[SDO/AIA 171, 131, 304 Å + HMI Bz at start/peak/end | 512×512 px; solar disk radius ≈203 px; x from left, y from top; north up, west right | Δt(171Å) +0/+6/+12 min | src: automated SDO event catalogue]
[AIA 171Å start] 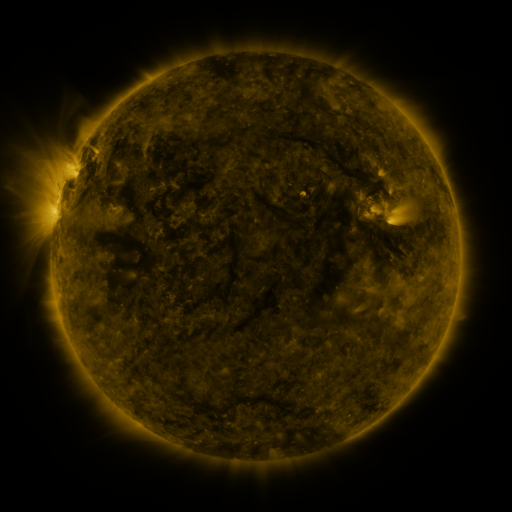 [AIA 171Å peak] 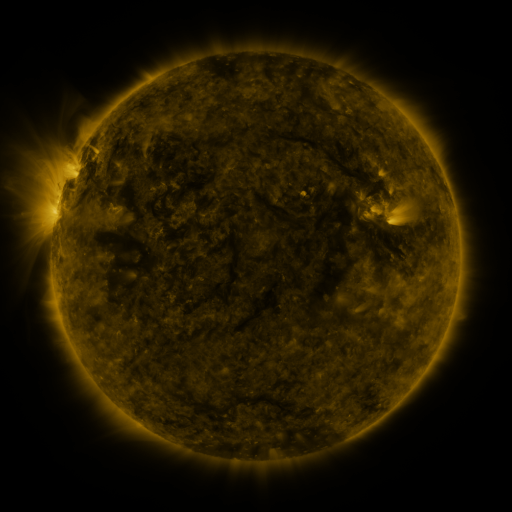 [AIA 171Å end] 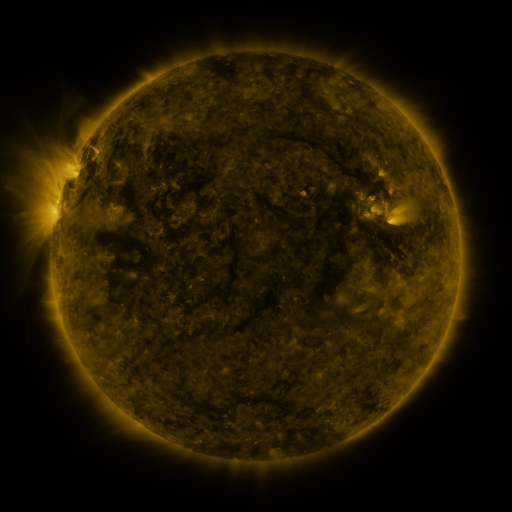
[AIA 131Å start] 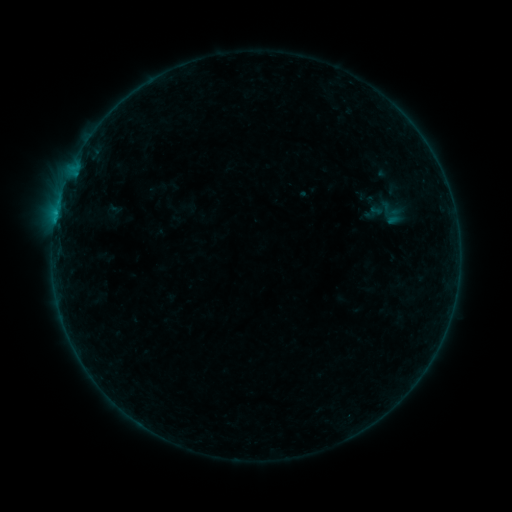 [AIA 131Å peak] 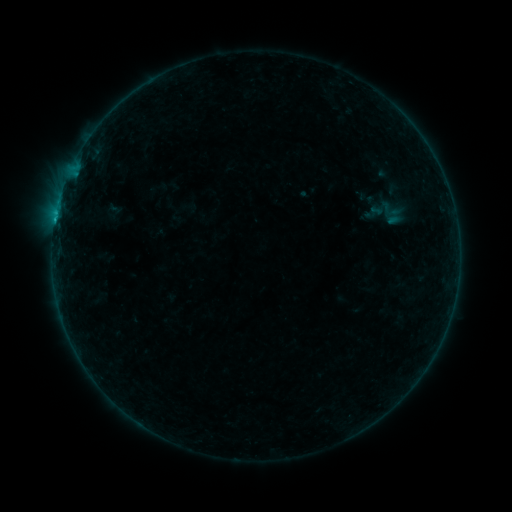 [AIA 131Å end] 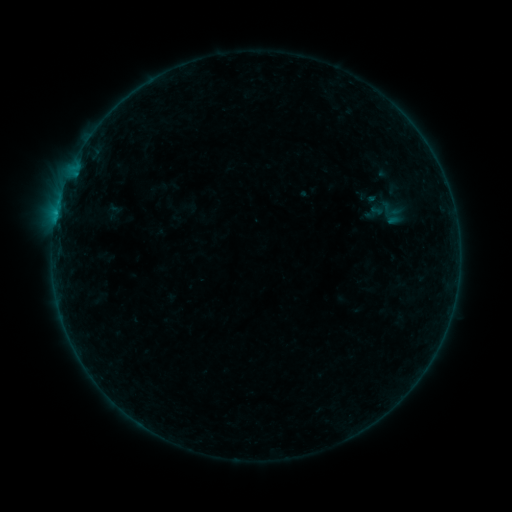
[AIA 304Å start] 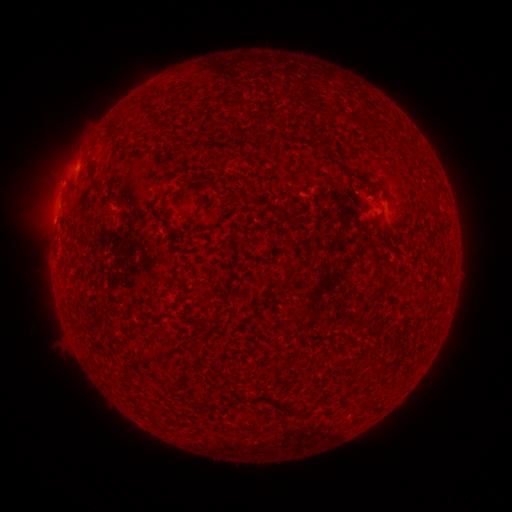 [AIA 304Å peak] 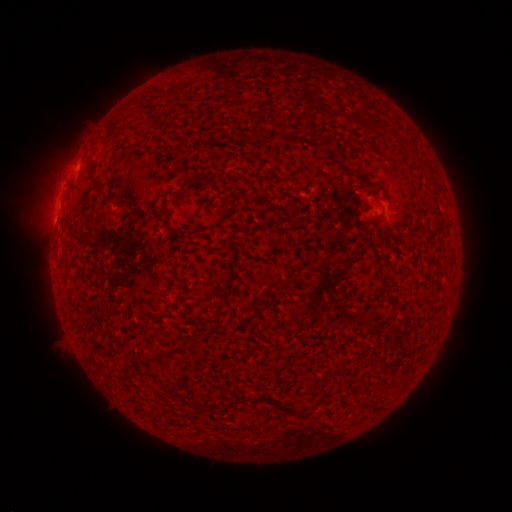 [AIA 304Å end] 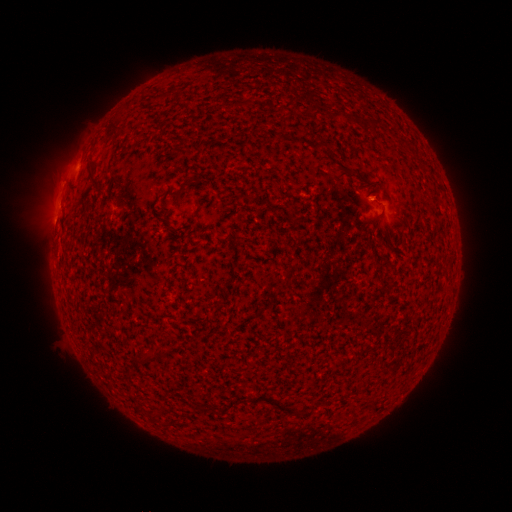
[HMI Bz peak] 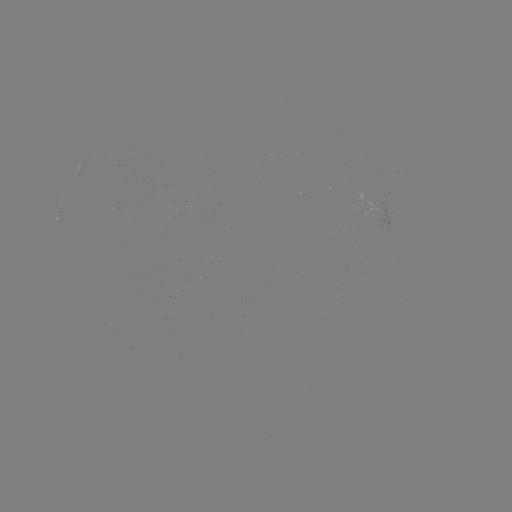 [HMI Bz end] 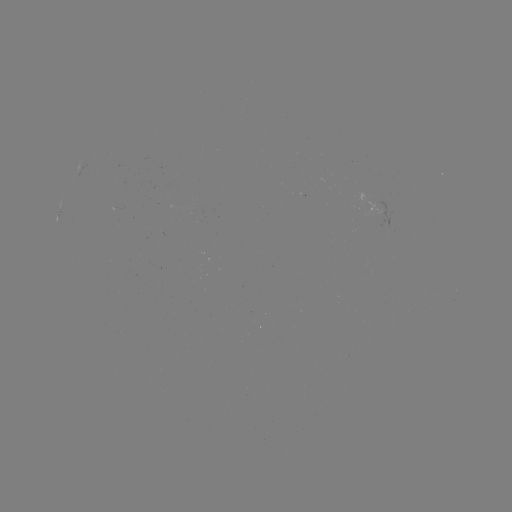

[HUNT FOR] B2.4 flare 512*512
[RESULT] (56, 220)